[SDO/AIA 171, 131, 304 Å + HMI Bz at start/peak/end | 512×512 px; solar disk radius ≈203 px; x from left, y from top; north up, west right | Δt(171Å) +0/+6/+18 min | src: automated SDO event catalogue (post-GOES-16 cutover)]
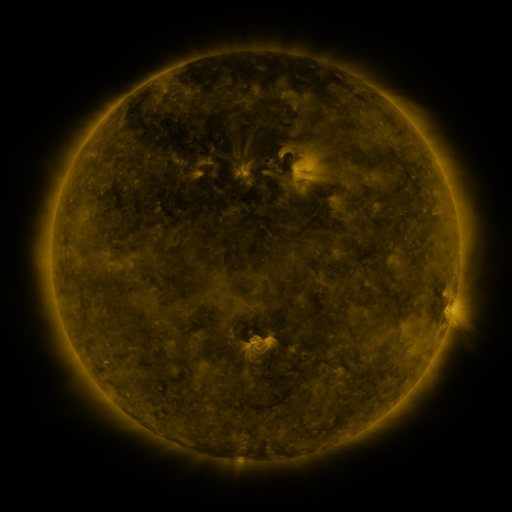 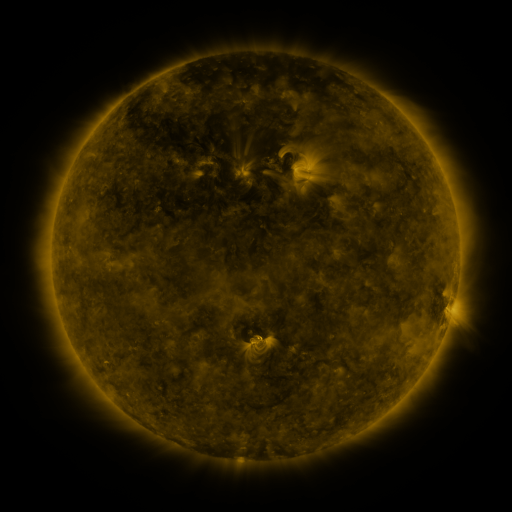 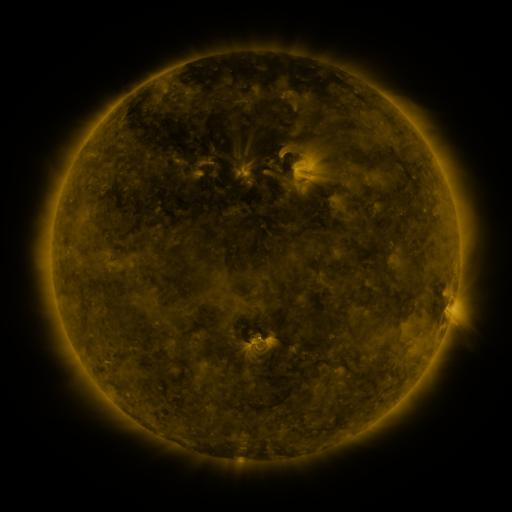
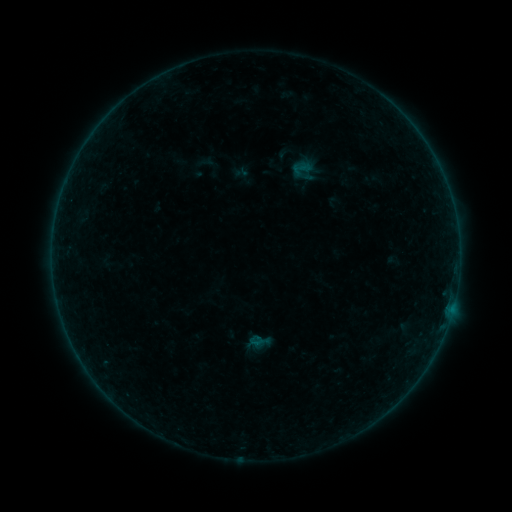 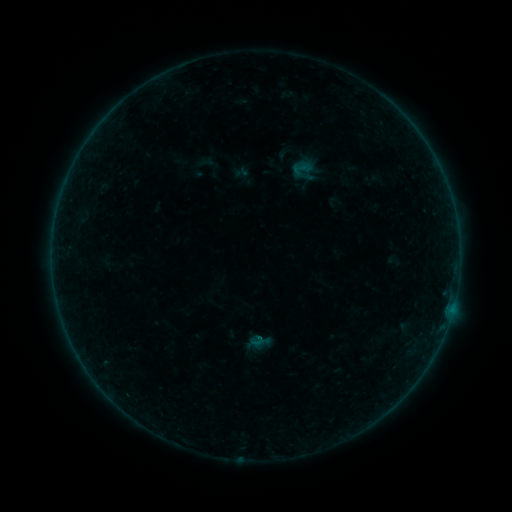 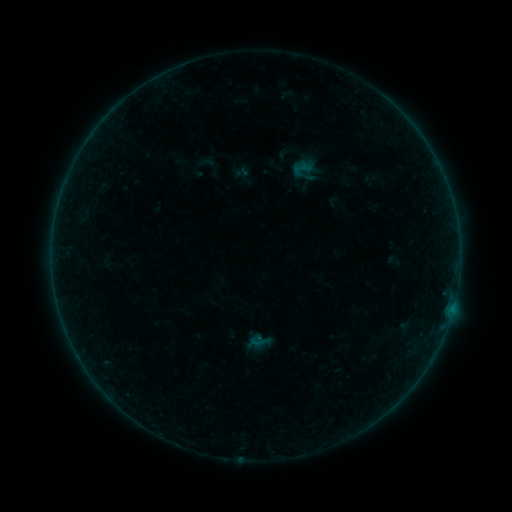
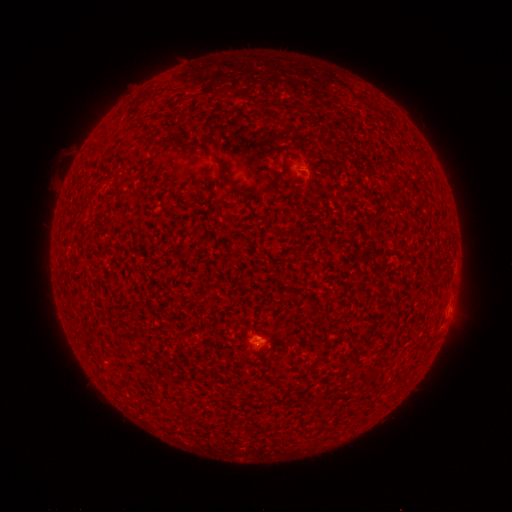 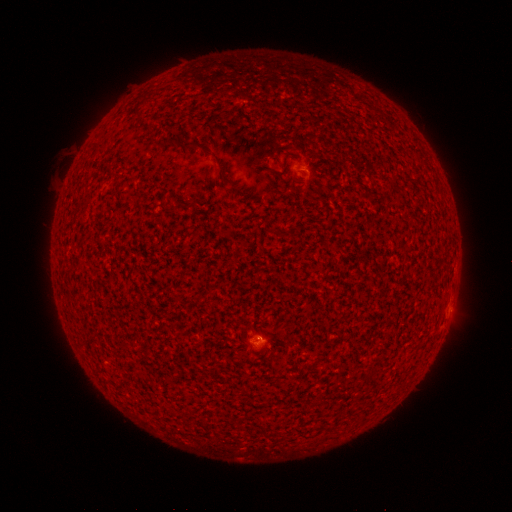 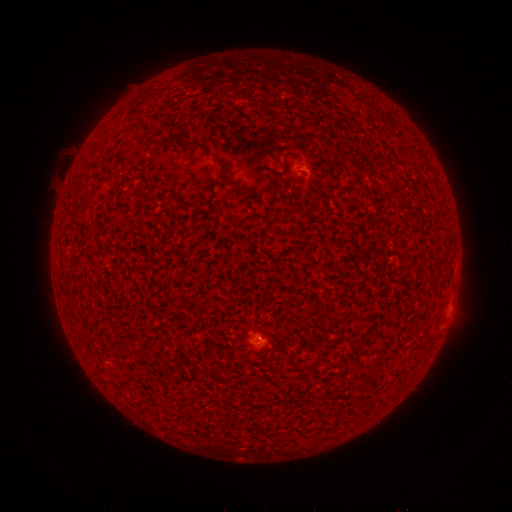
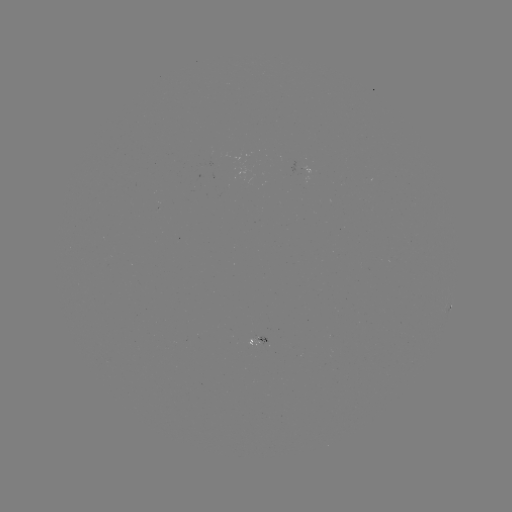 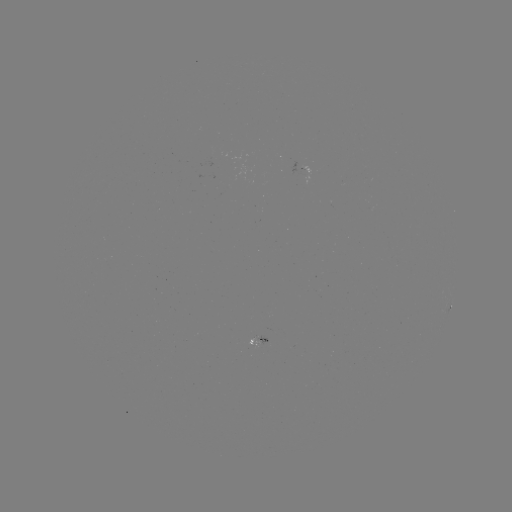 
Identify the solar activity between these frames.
B1.1 flare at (256, 335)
